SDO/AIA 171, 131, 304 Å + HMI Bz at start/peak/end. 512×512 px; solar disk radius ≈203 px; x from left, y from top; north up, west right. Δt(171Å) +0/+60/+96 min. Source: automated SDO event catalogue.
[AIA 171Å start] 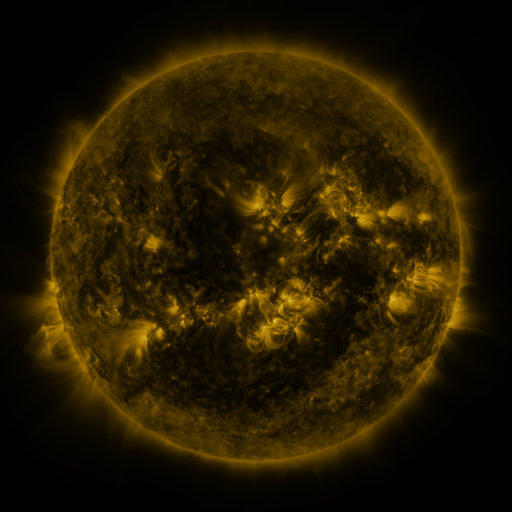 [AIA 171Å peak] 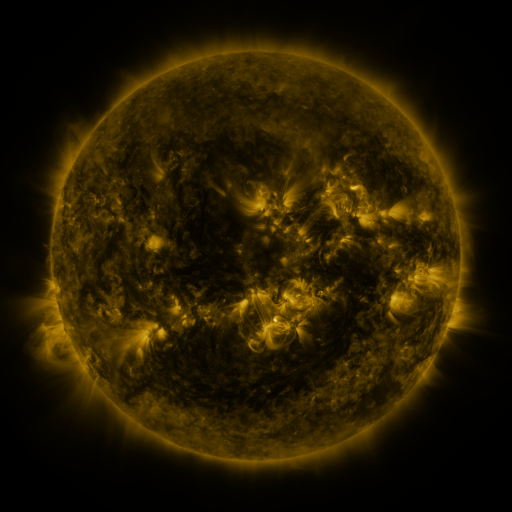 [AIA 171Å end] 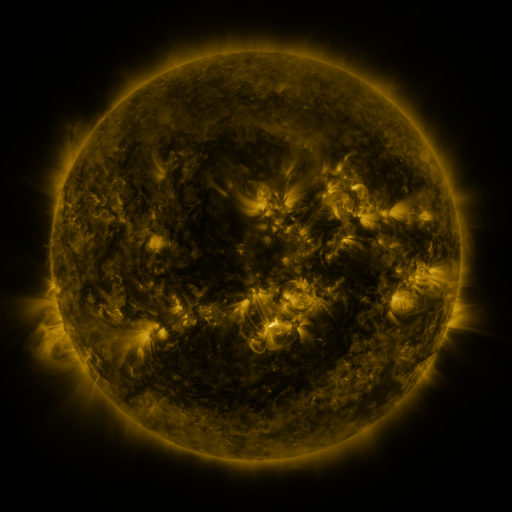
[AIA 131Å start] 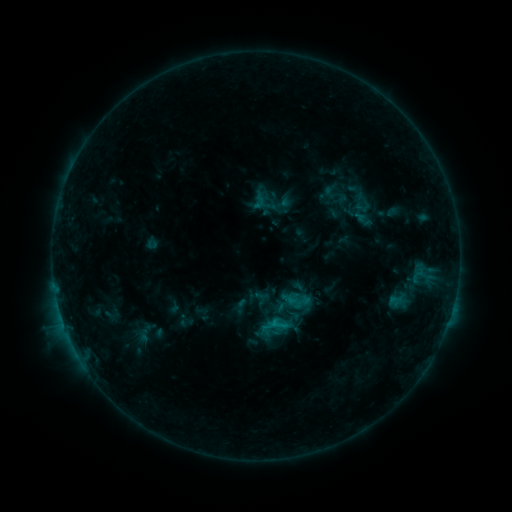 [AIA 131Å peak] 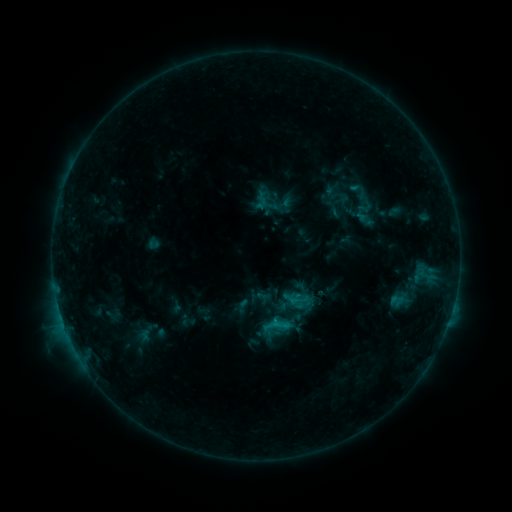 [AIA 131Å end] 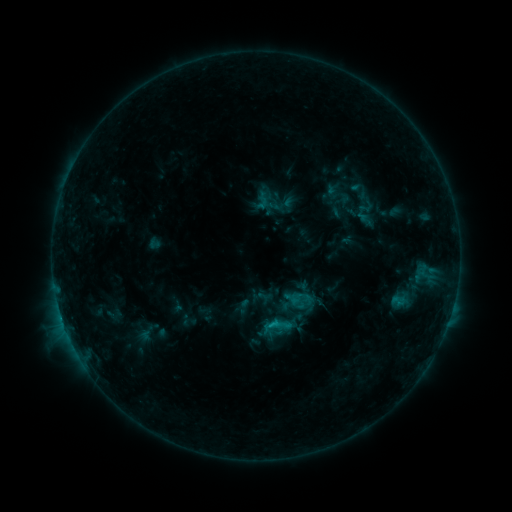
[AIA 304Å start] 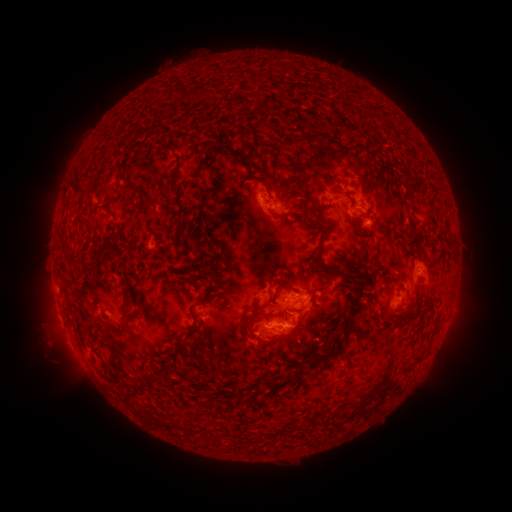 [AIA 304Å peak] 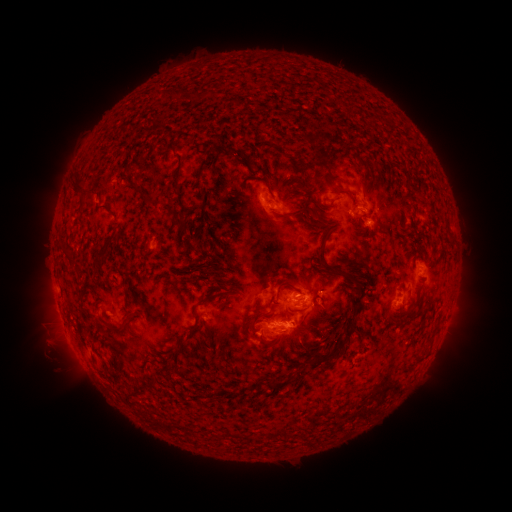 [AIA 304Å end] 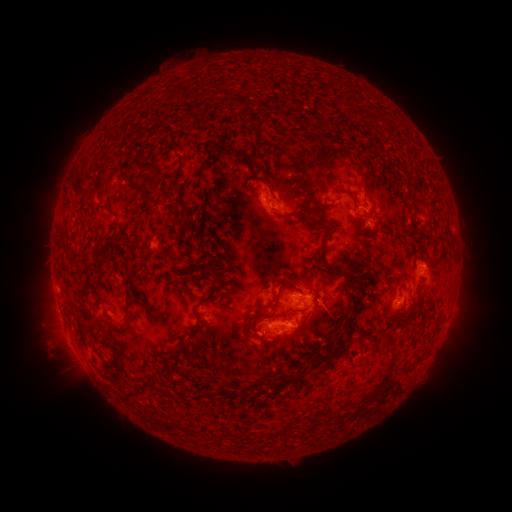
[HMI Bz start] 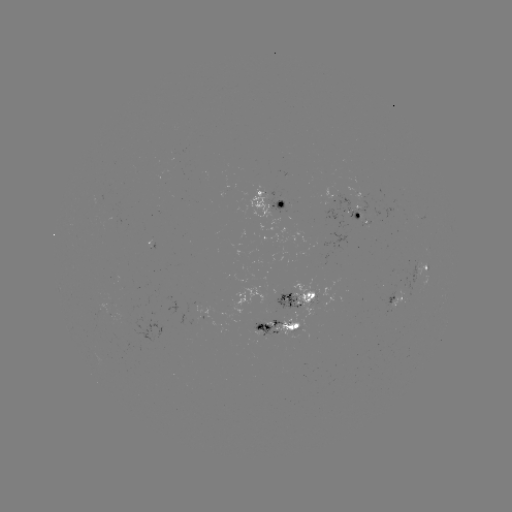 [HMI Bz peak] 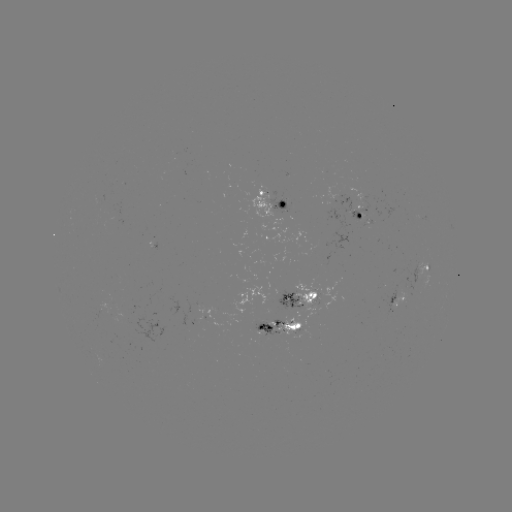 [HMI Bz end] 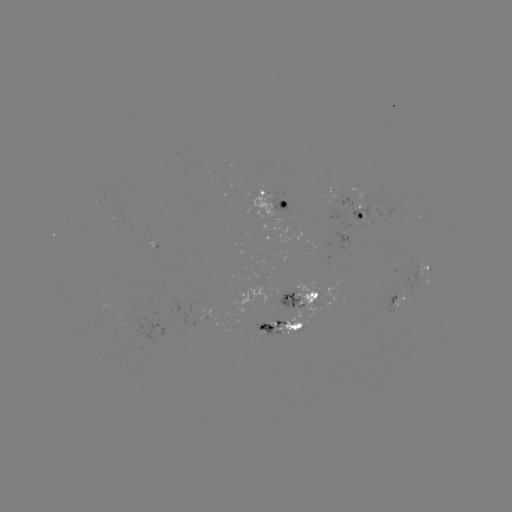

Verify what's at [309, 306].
emerging-flux region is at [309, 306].